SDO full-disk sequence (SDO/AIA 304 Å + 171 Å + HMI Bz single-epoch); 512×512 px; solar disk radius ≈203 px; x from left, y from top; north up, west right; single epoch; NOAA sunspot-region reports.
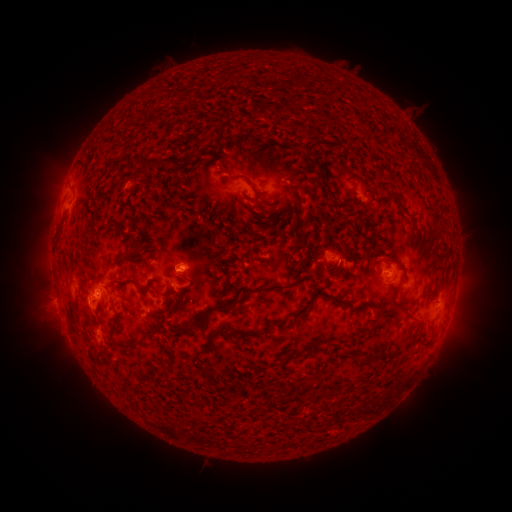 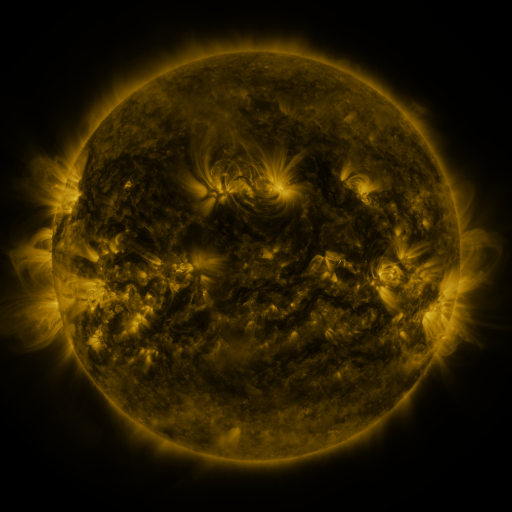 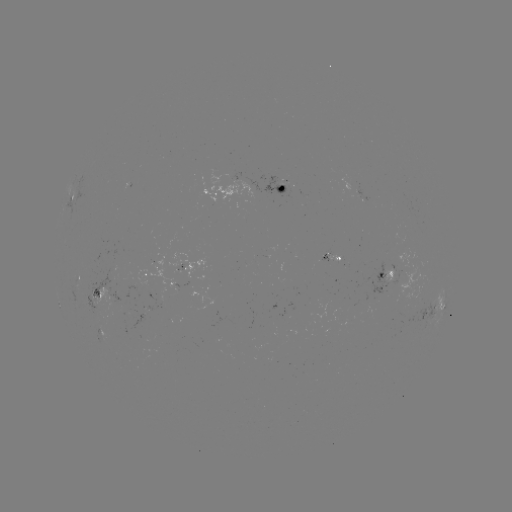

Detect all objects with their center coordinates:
spotted active region: (287, 186)
spotted active region: (224, 192)
spotted active region: (69, 202)
spotted active region: (331, 257)
spotted active region: (152, 273)
spotted active region: (397, 273)
spotted active region: (80, 275)
spotted active region: (98, 293)
spotted active region: (440, 311)
